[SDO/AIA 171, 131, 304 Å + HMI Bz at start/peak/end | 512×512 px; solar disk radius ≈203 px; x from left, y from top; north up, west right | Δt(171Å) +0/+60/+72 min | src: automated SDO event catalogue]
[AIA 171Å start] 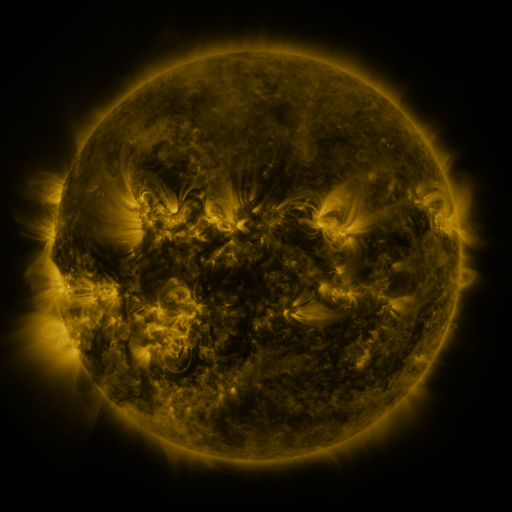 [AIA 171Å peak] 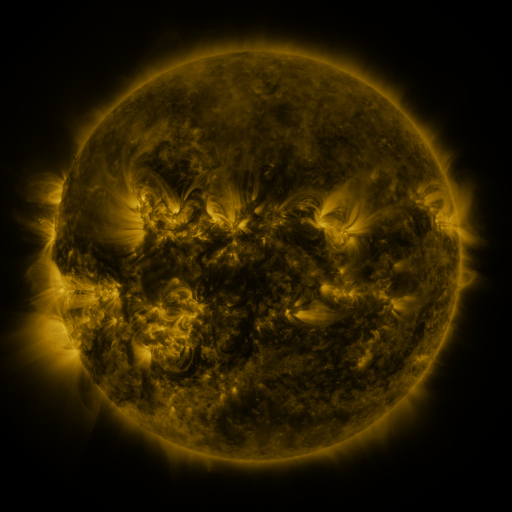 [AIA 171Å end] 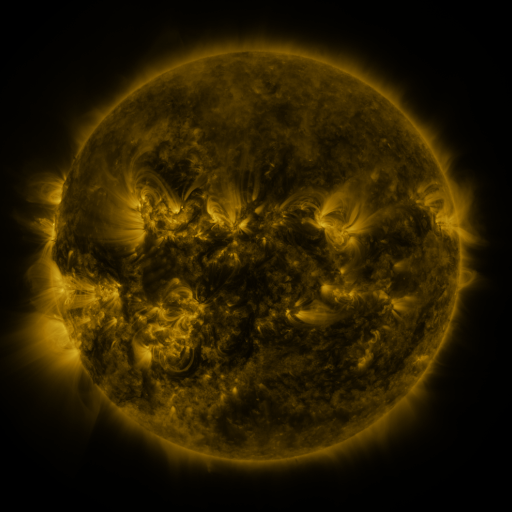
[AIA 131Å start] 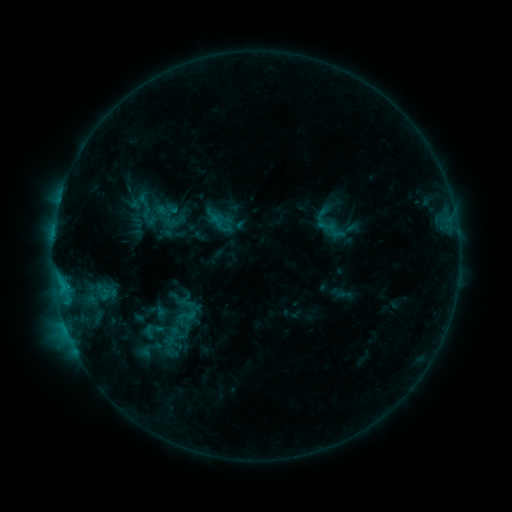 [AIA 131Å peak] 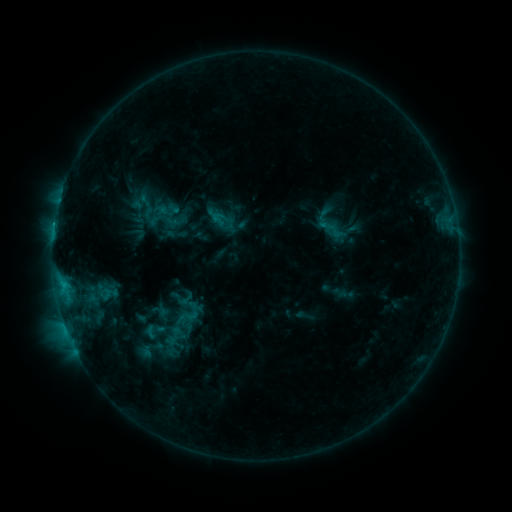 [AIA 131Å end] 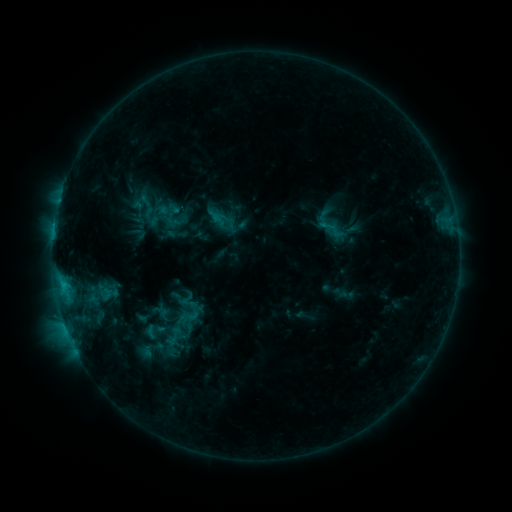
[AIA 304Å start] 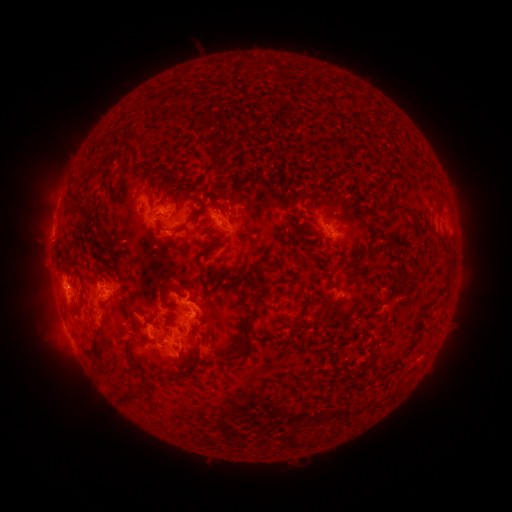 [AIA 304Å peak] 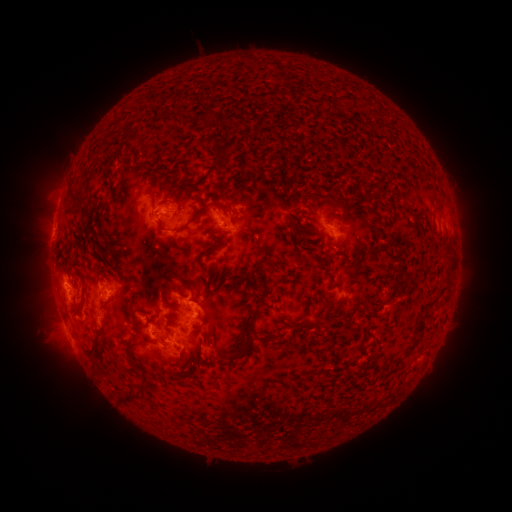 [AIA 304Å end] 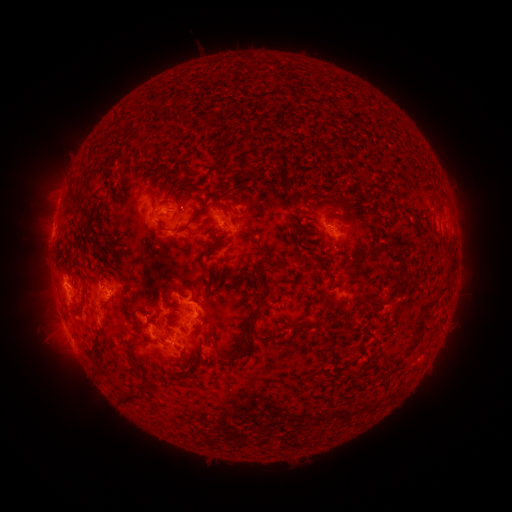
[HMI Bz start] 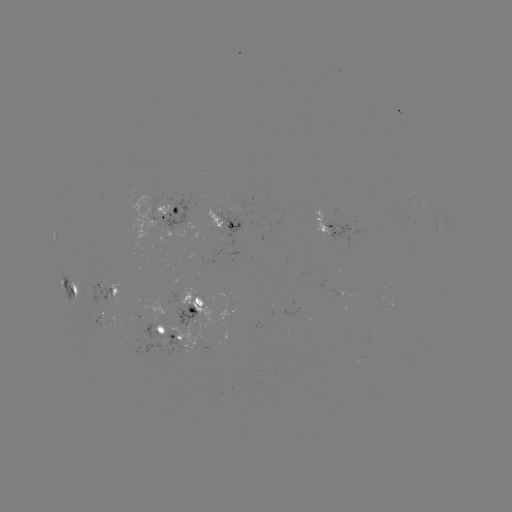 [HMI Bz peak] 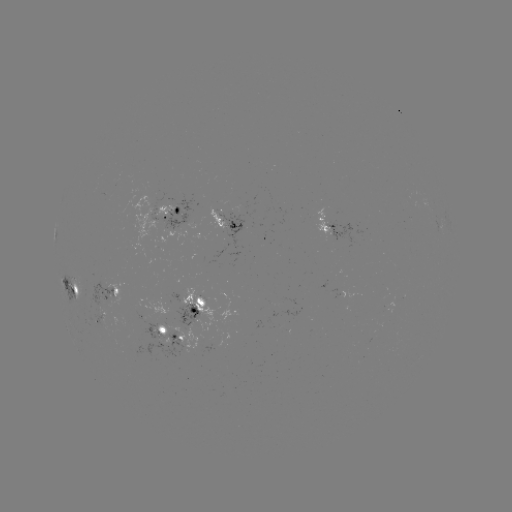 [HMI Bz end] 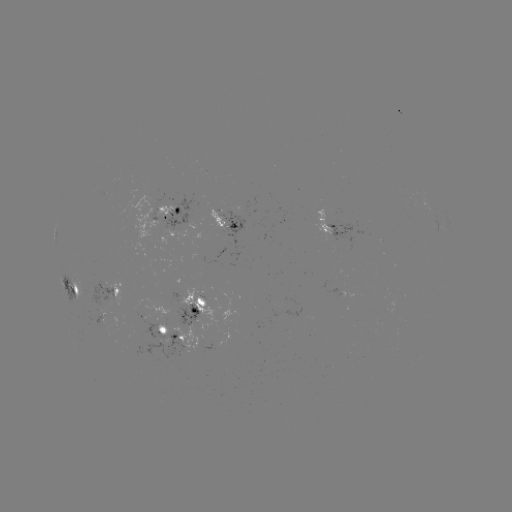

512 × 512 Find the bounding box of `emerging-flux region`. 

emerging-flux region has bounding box [172, 288, 204, 327].